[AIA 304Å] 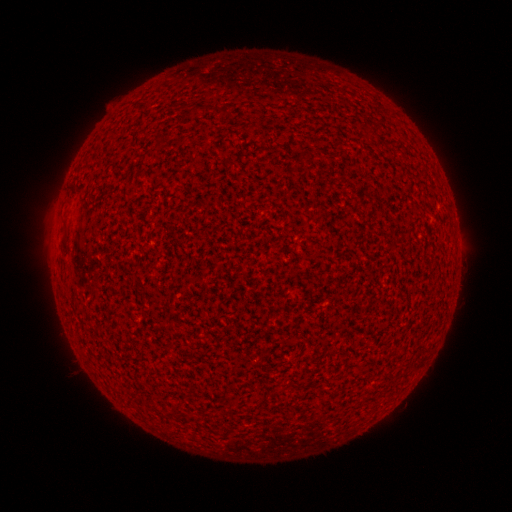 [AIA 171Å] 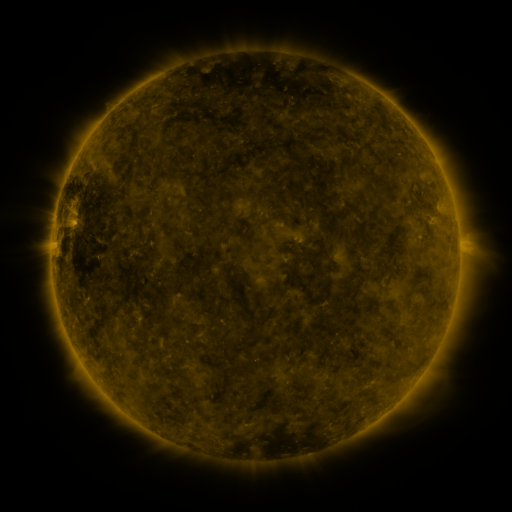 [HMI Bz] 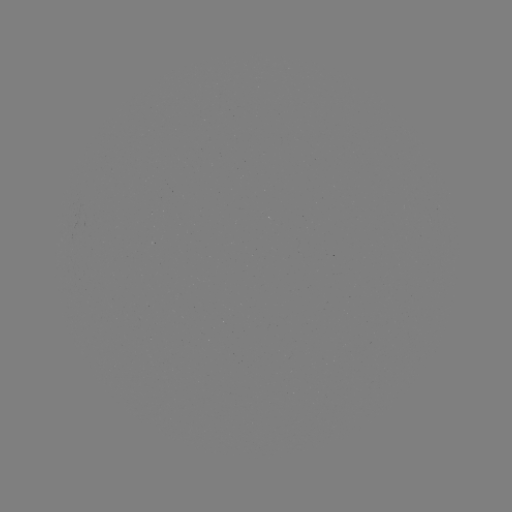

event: spotted active region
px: (457, 244)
